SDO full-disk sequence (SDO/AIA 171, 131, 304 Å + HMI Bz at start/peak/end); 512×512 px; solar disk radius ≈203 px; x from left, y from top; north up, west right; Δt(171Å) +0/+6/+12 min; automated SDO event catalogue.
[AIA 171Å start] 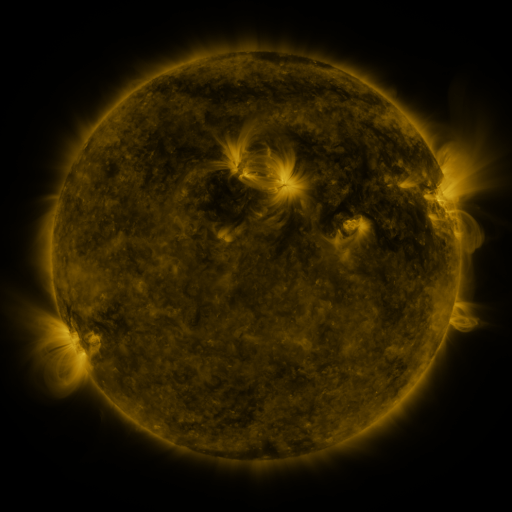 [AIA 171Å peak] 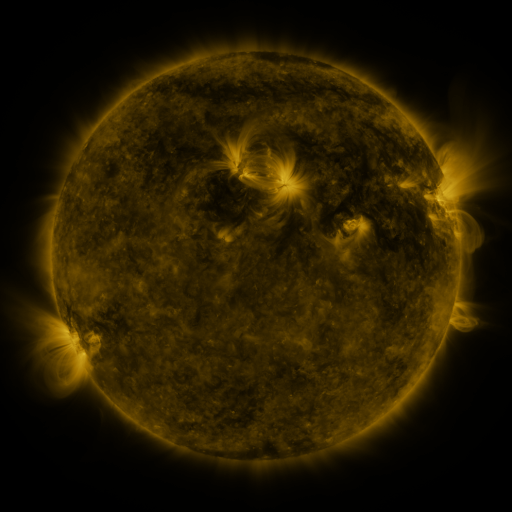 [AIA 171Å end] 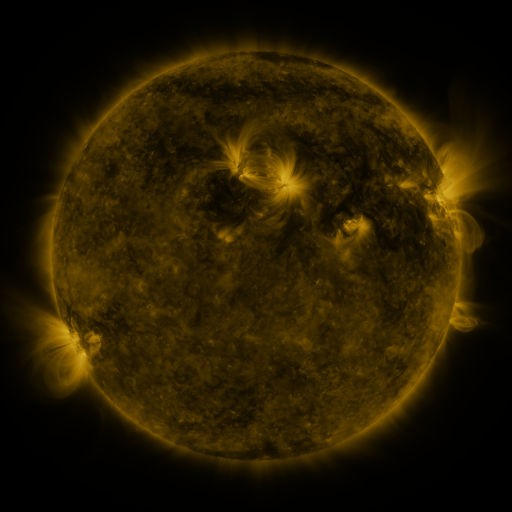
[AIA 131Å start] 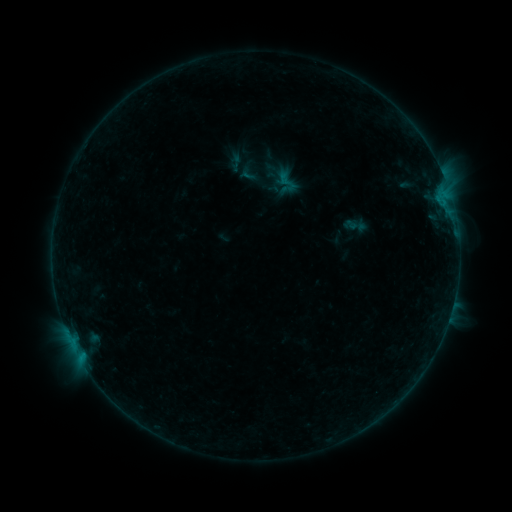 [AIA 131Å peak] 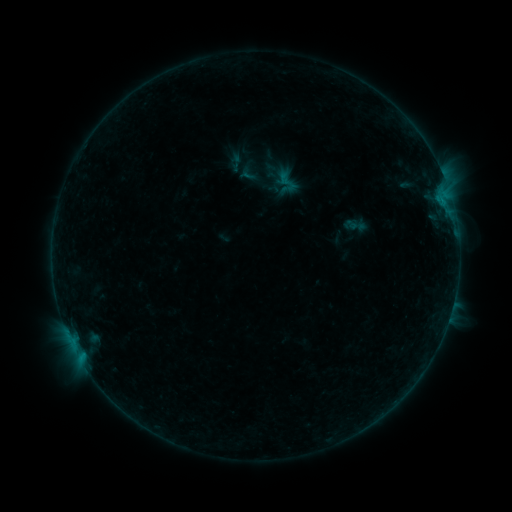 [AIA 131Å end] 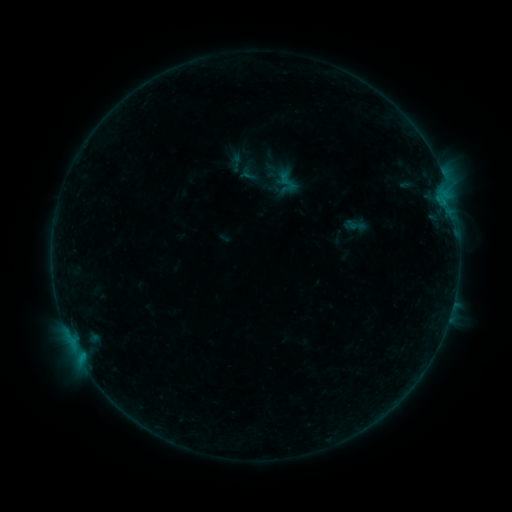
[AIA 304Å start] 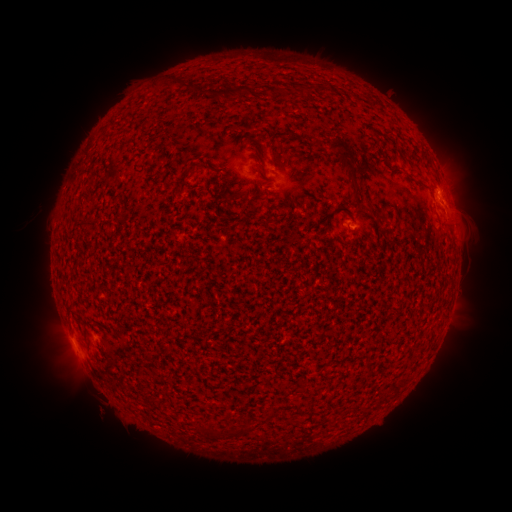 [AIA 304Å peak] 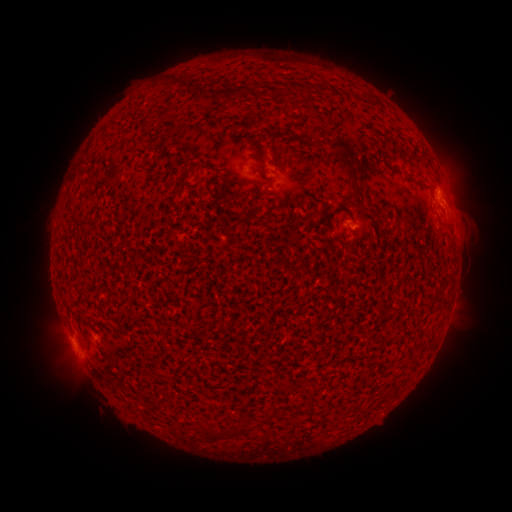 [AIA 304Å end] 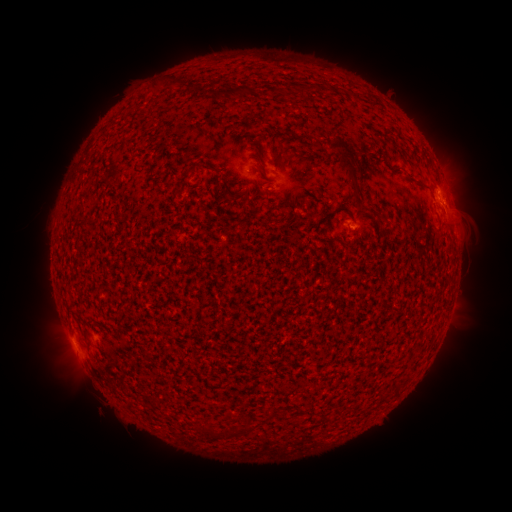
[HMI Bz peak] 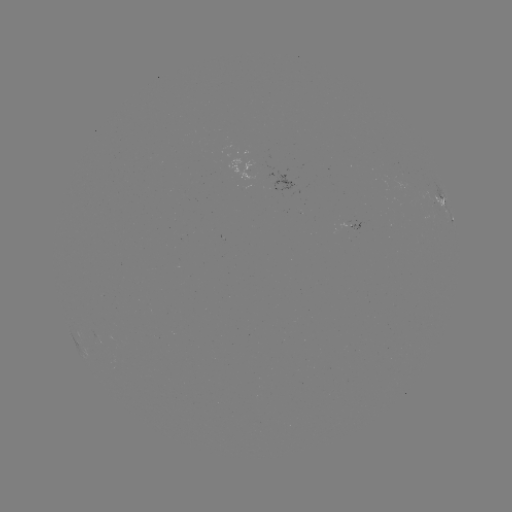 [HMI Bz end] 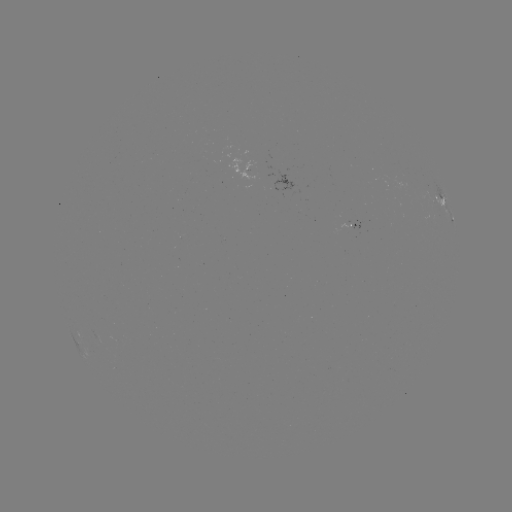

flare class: B2.1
